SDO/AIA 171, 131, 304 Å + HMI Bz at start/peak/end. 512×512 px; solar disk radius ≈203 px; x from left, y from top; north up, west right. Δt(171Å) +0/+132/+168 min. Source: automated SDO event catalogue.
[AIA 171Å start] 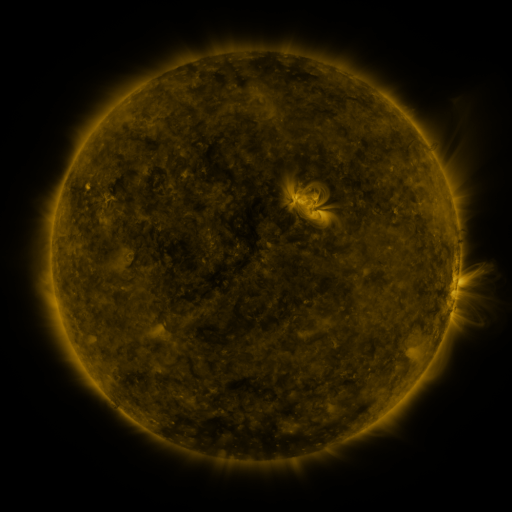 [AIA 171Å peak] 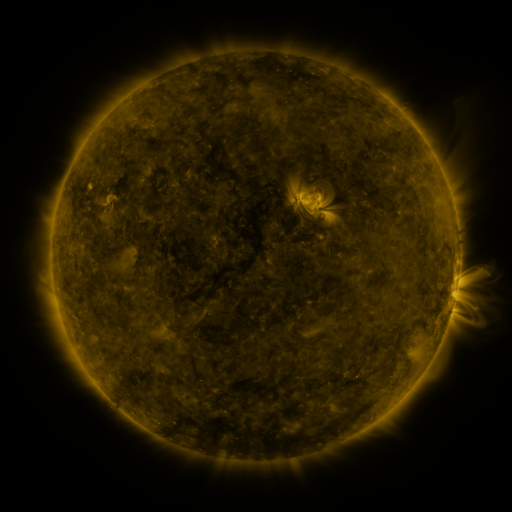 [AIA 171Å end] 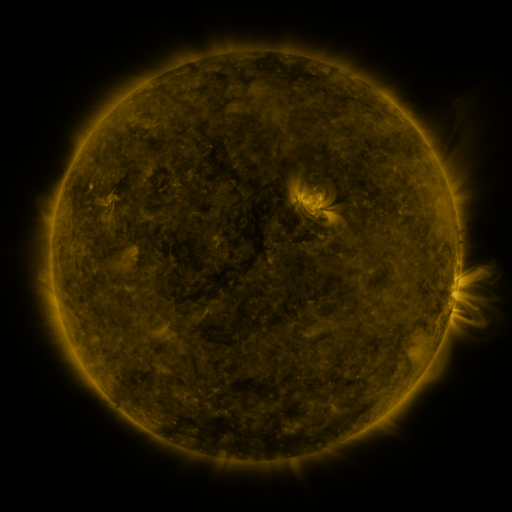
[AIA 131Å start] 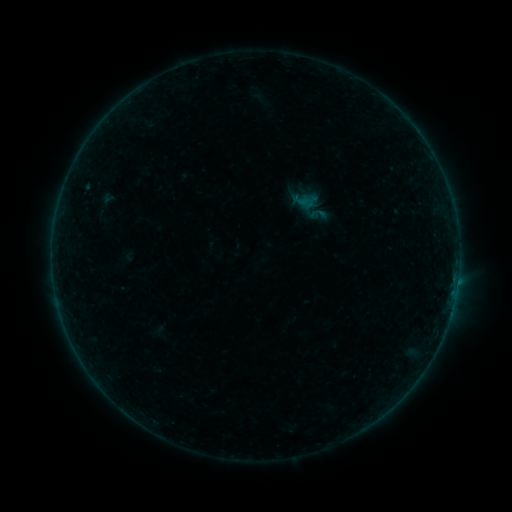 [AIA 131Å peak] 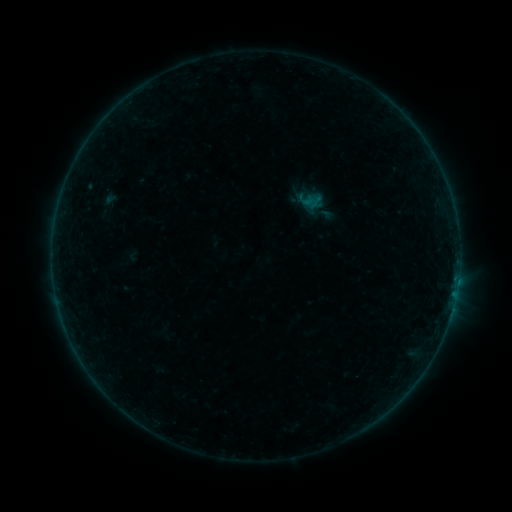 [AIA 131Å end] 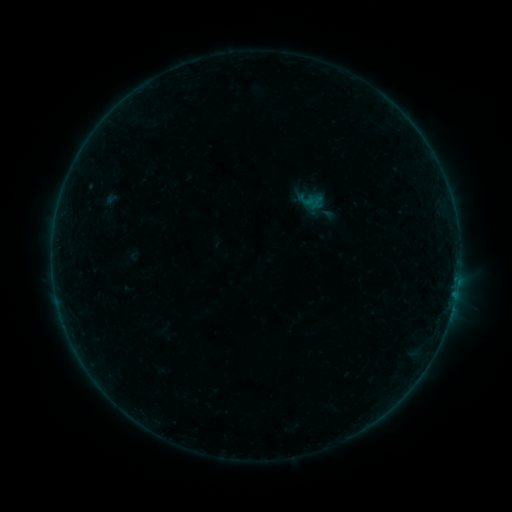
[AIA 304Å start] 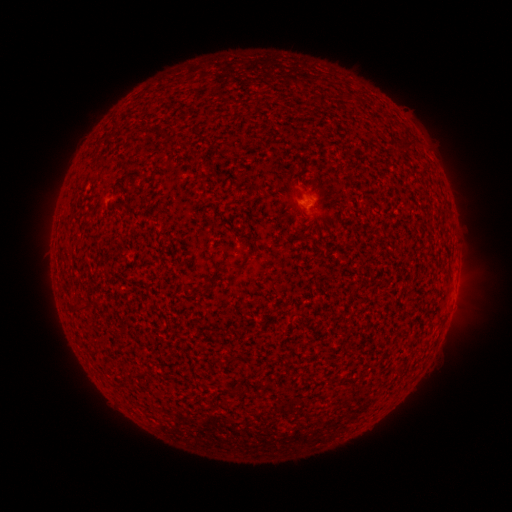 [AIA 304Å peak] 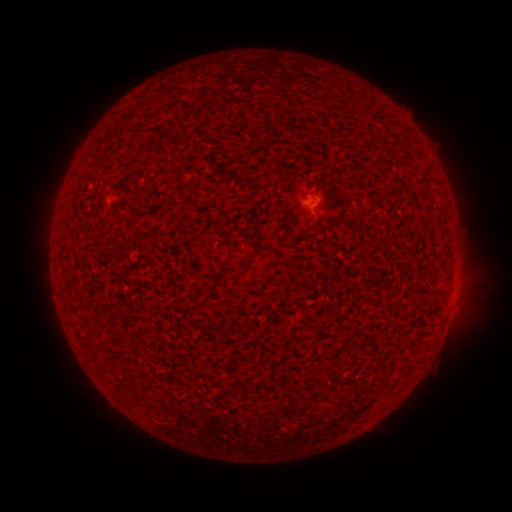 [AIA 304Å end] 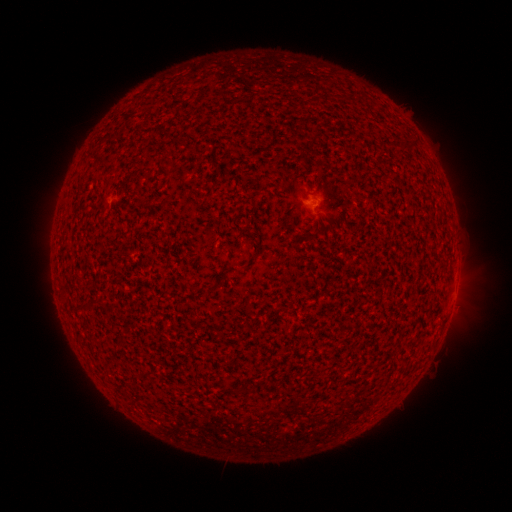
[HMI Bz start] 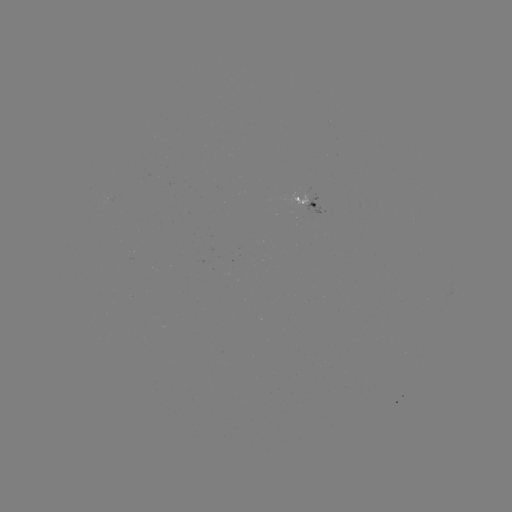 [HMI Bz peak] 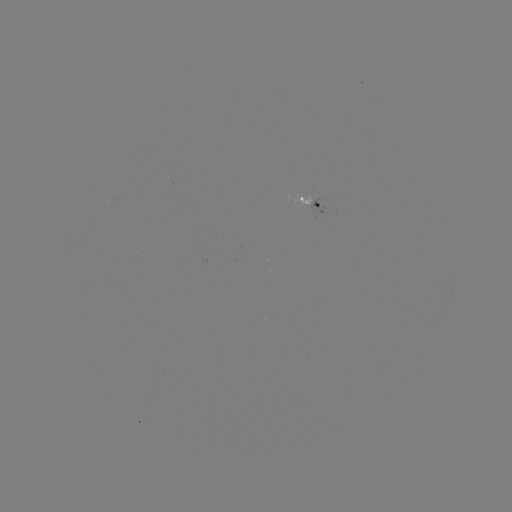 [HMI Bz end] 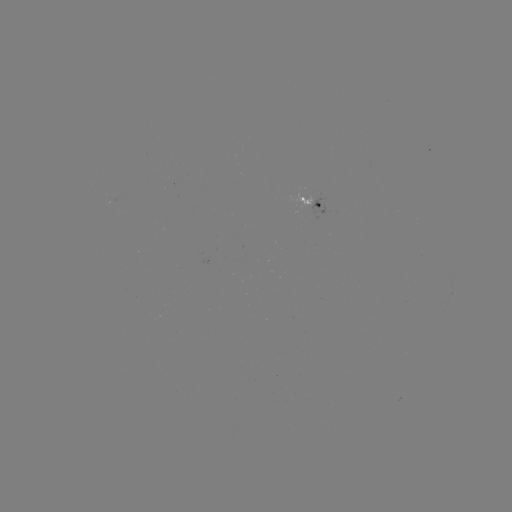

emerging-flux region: [289, 192, 312, 209]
